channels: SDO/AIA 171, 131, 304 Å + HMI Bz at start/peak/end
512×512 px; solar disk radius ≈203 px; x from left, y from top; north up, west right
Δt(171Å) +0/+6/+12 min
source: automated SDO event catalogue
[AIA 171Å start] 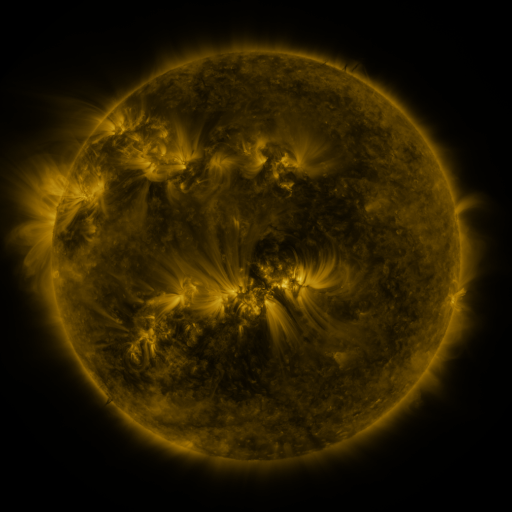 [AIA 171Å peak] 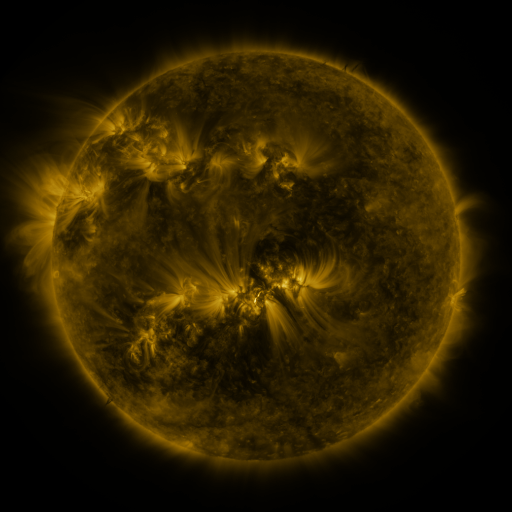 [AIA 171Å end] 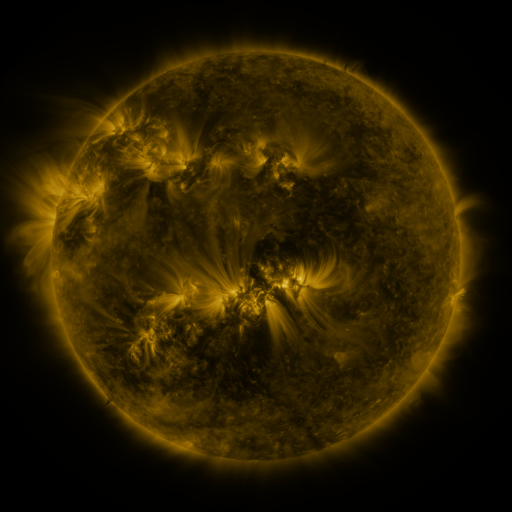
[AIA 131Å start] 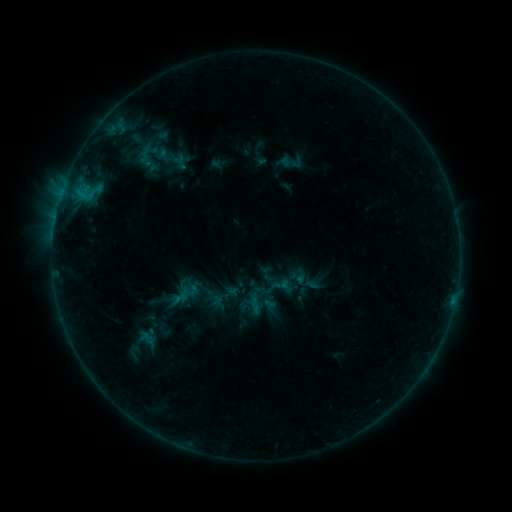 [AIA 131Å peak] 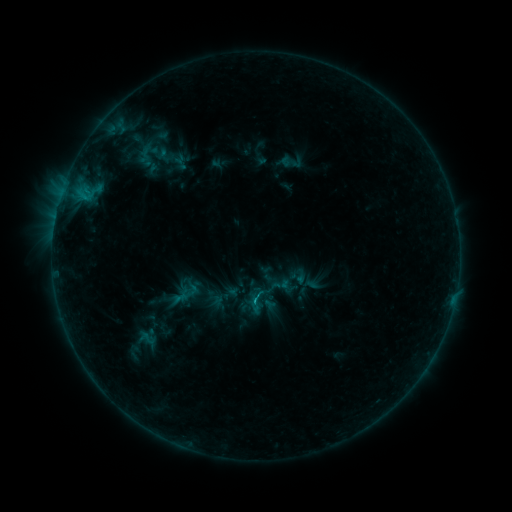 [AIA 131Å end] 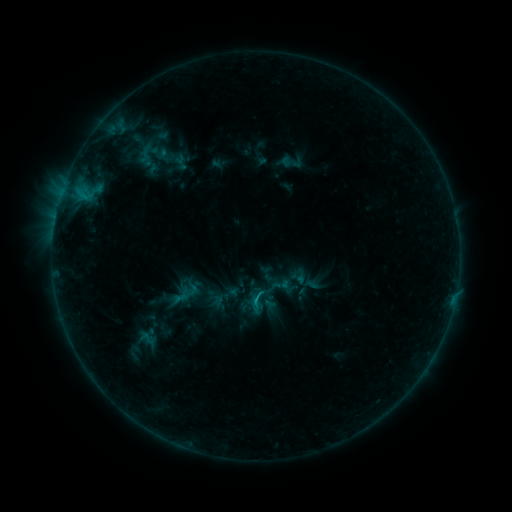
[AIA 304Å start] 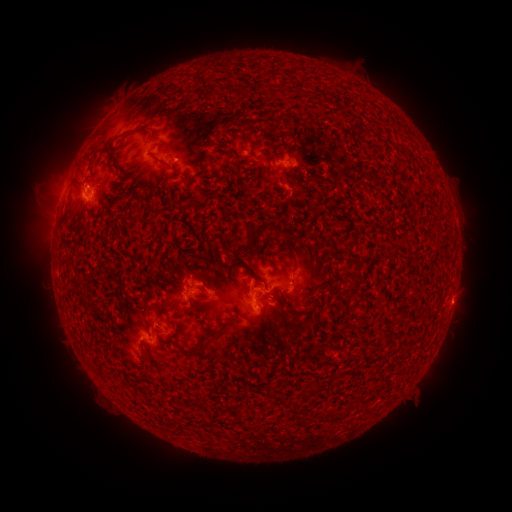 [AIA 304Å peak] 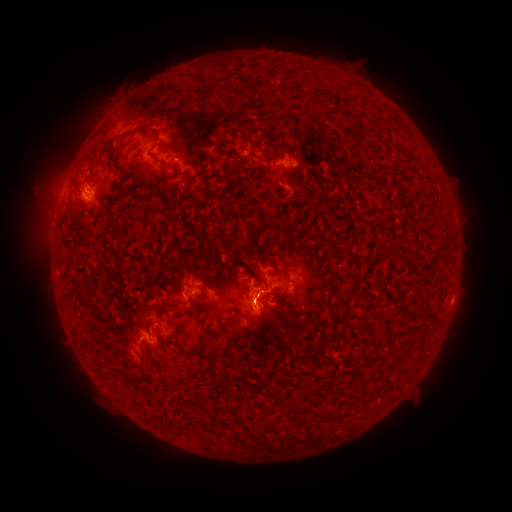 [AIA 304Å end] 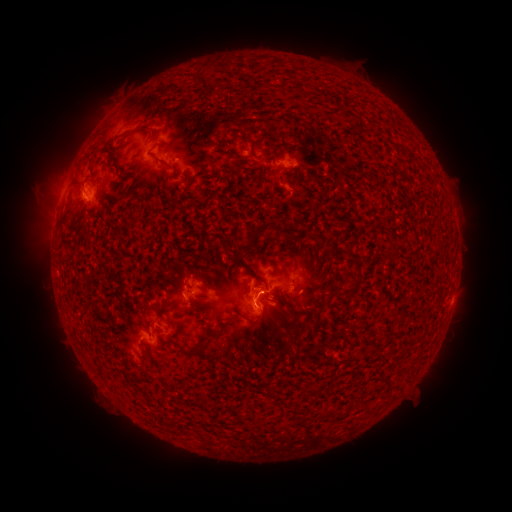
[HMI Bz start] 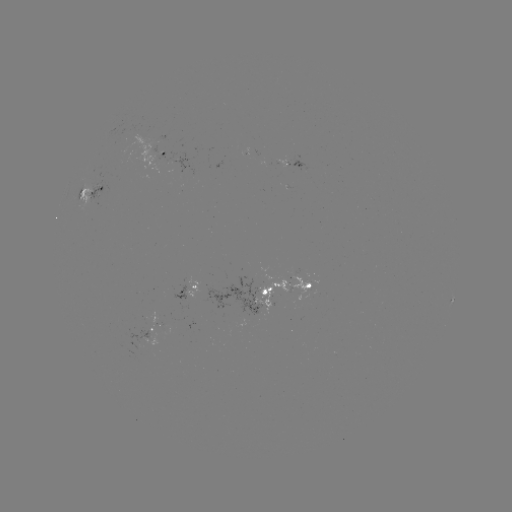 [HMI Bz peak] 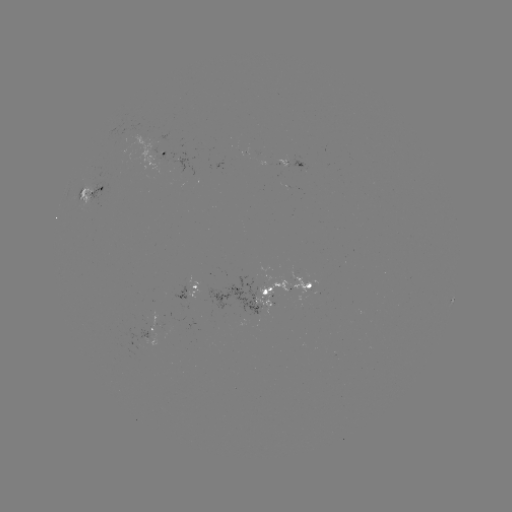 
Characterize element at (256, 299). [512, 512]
B9.0 flare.